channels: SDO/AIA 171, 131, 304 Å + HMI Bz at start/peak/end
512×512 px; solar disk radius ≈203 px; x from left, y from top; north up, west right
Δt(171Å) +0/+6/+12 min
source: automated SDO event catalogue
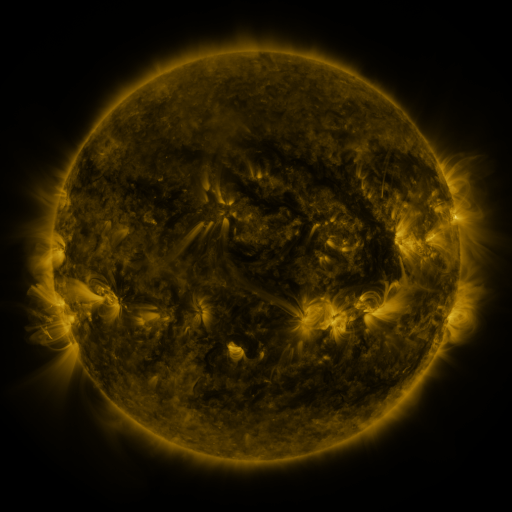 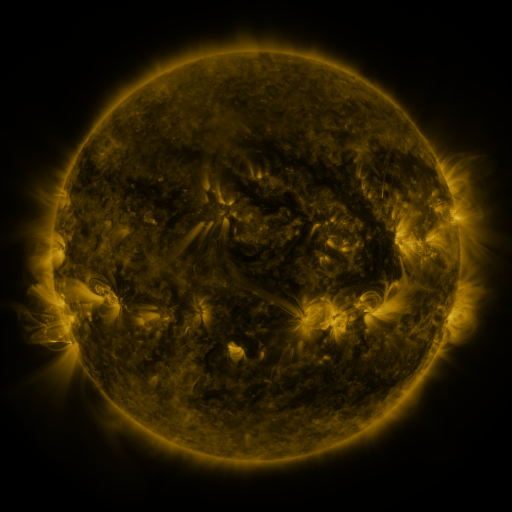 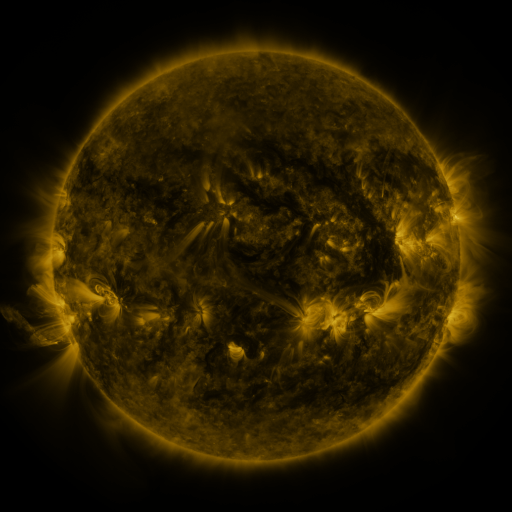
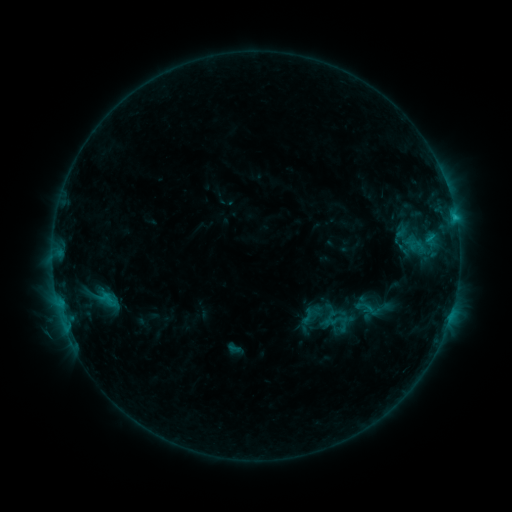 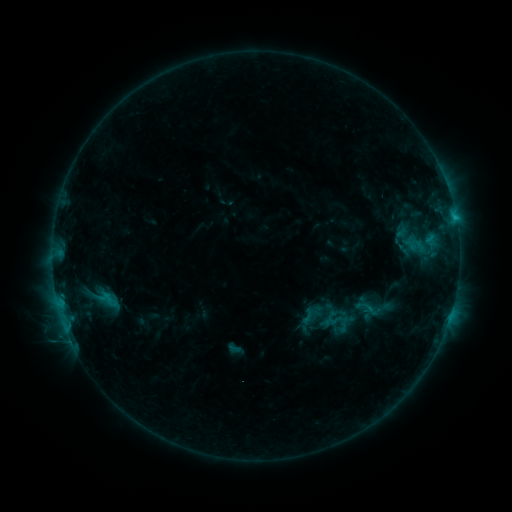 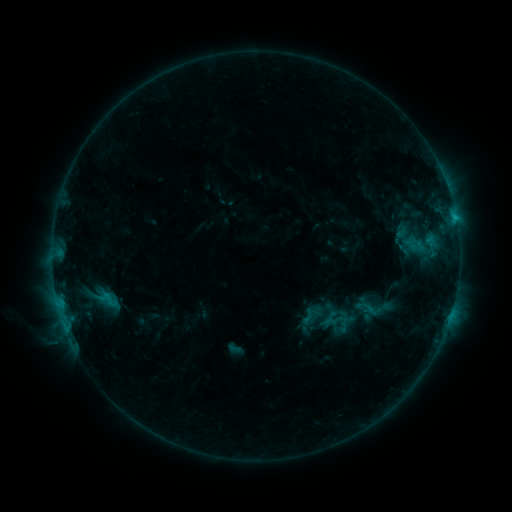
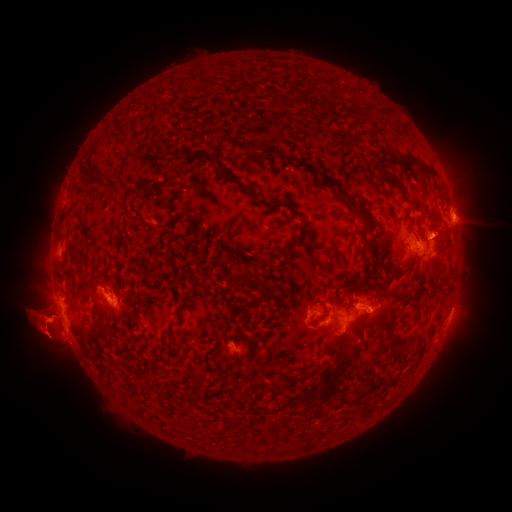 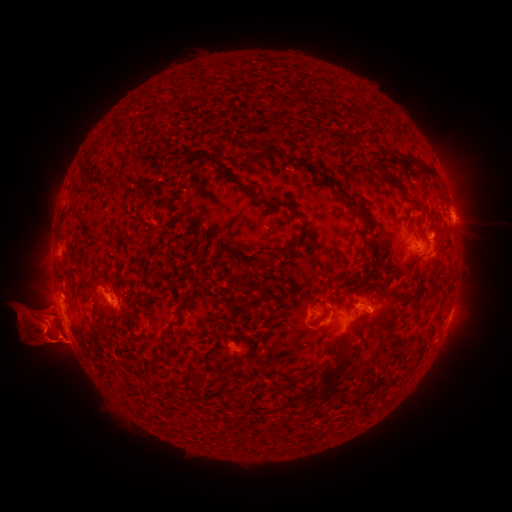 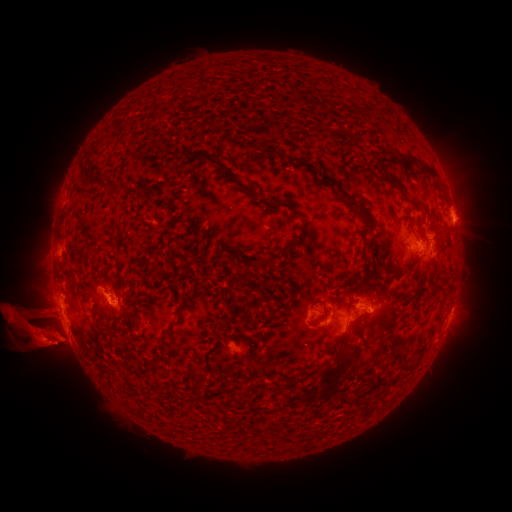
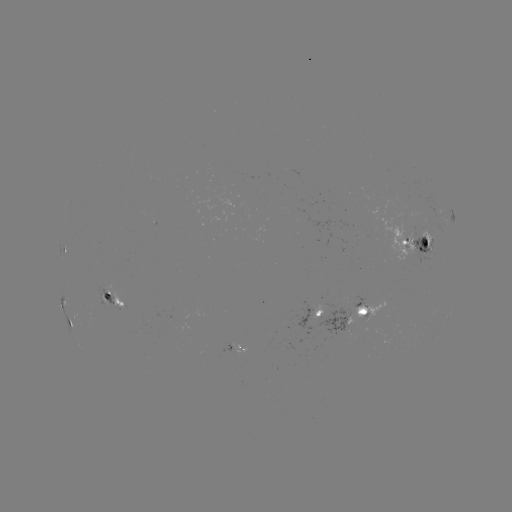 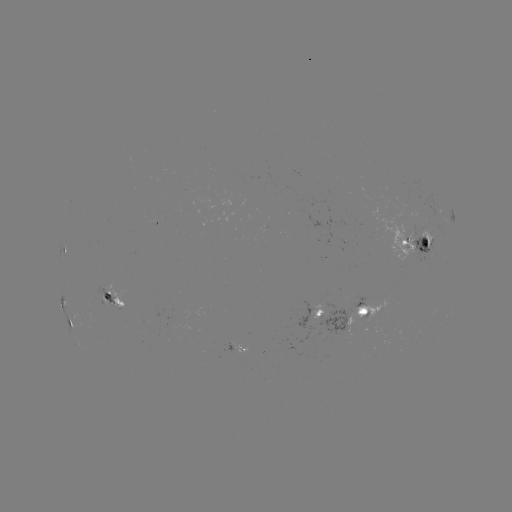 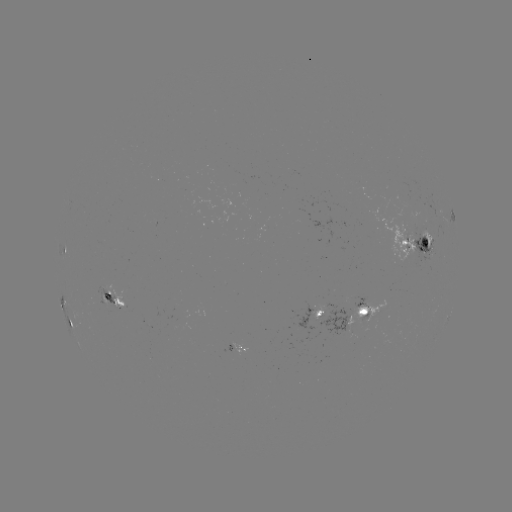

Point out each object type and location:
eruption: (121, 333)
